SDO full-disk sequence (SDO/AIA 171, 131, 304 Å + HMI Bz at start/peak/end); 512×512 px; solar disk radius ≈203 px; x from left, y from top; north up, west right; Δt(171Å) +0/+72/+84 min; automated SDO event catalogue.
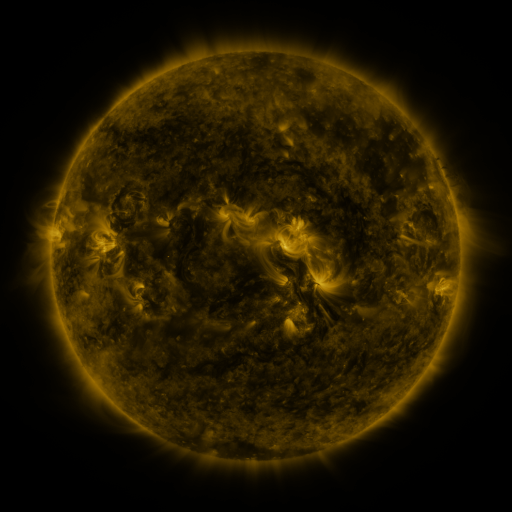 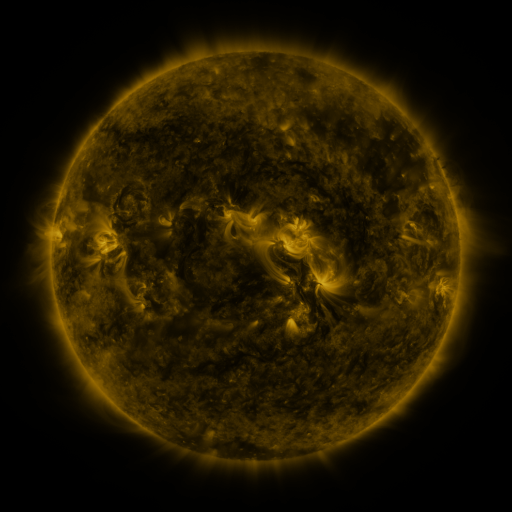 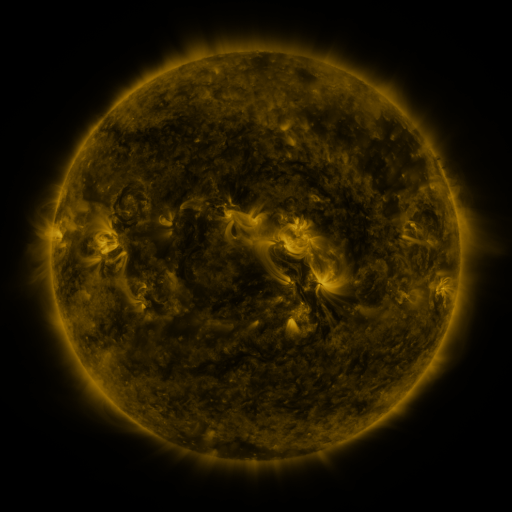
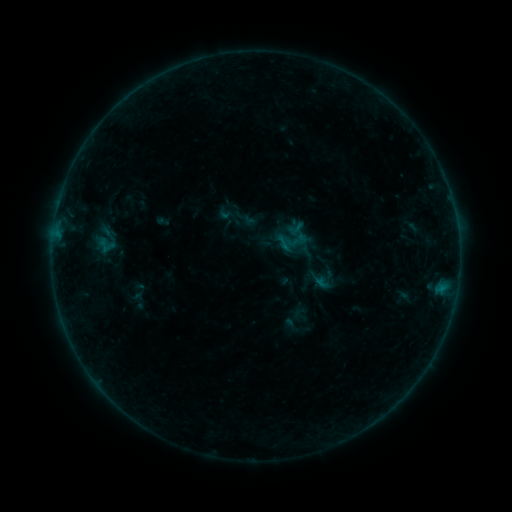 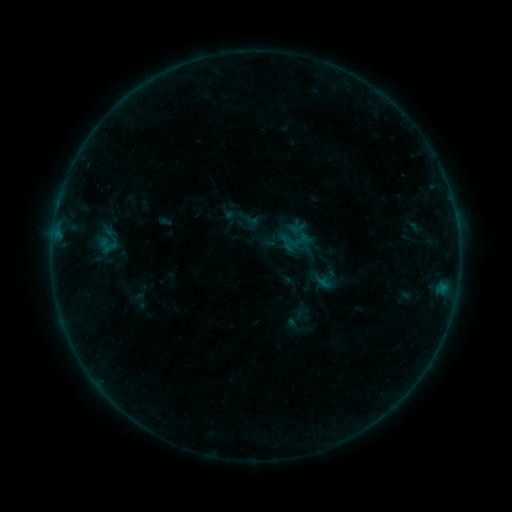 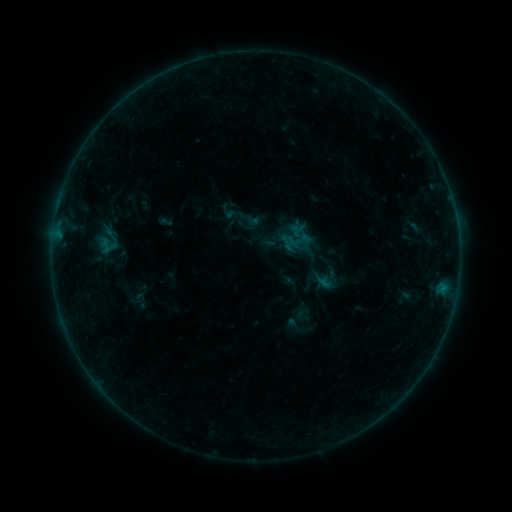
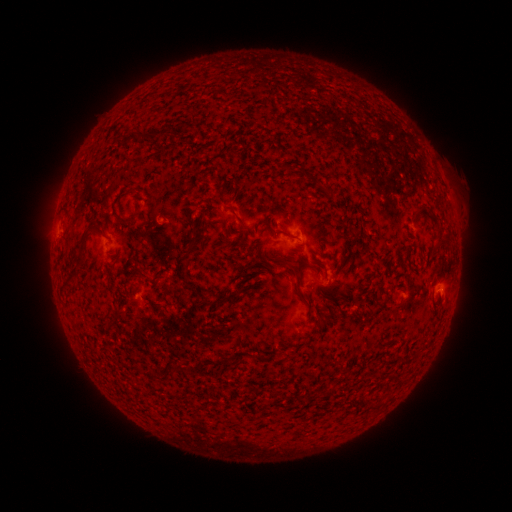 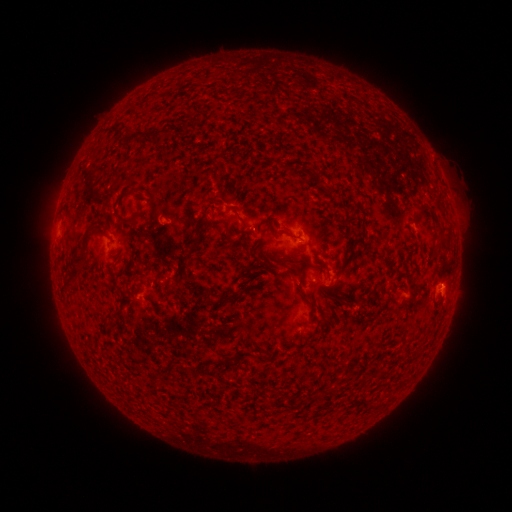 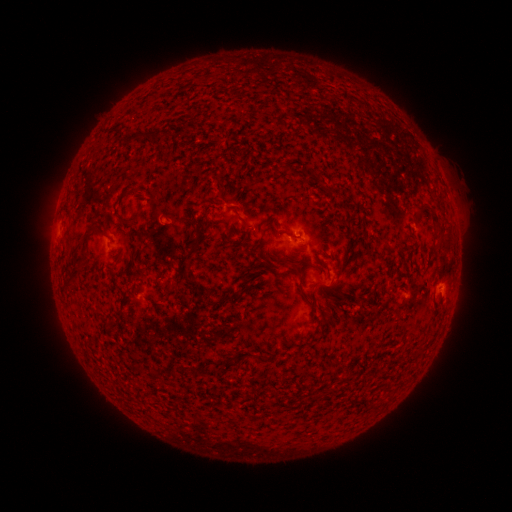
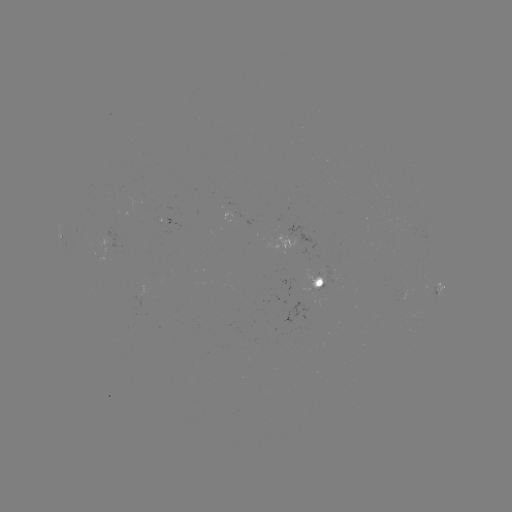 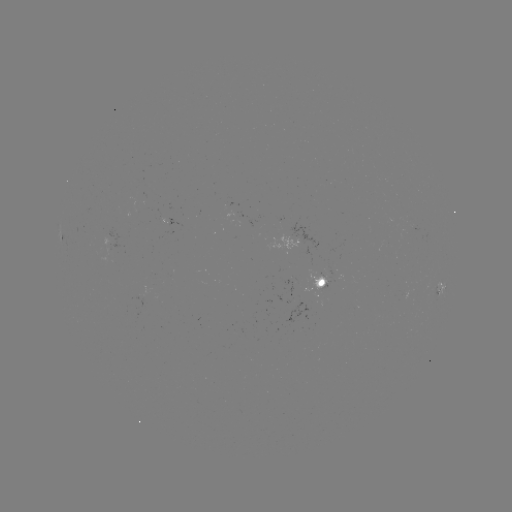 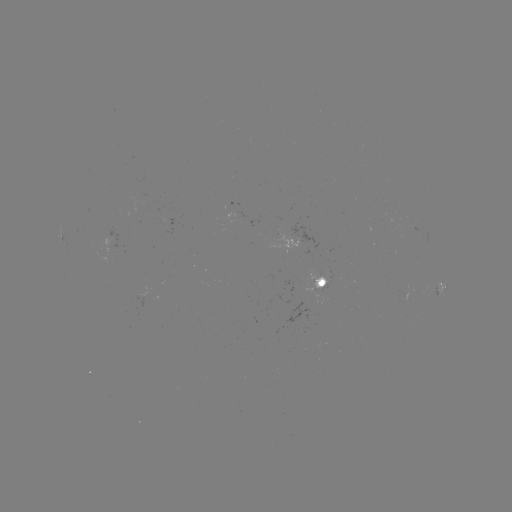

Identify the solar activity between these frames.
emerging-flux region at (314, 282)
